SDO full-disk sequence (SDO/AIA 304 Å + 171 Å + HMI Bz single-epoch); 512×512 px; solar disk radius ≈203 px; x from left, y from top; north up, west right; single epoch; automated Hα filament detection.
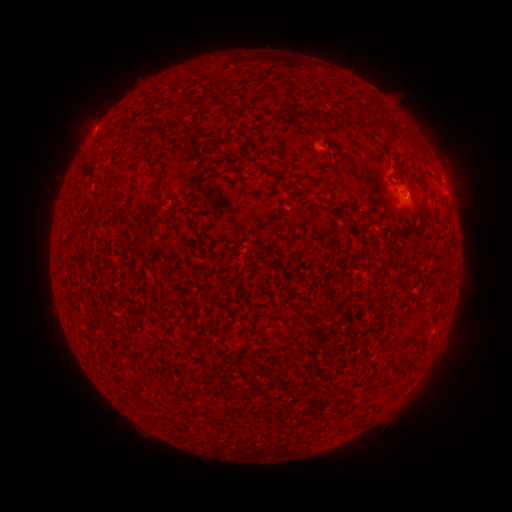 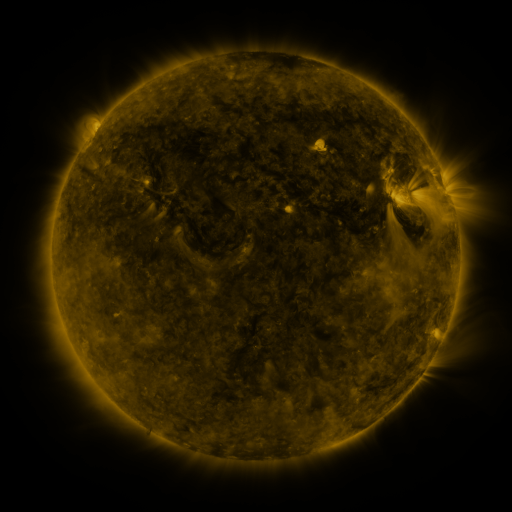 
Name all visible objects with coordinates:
filament: <bbox>274, 109, 321, 124</bbox>
filament: <bbox>132, 127, 160, 138</bbox>
filament: <bbox>139, 150, 157, 177</bbox>
filament: <bbox>416, 176, 428, 198</bbox>
filament: <bbox>152, 181, 162, 194</bbox>
